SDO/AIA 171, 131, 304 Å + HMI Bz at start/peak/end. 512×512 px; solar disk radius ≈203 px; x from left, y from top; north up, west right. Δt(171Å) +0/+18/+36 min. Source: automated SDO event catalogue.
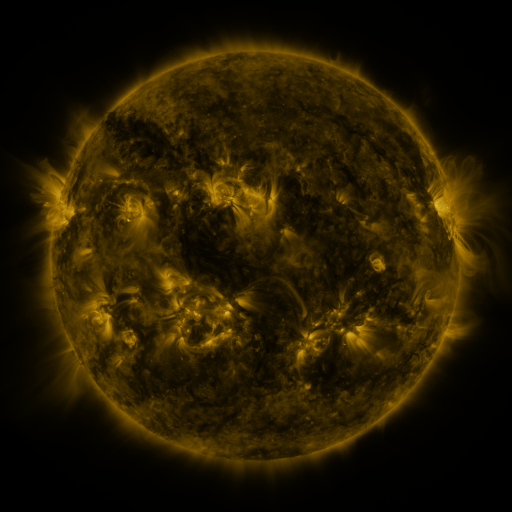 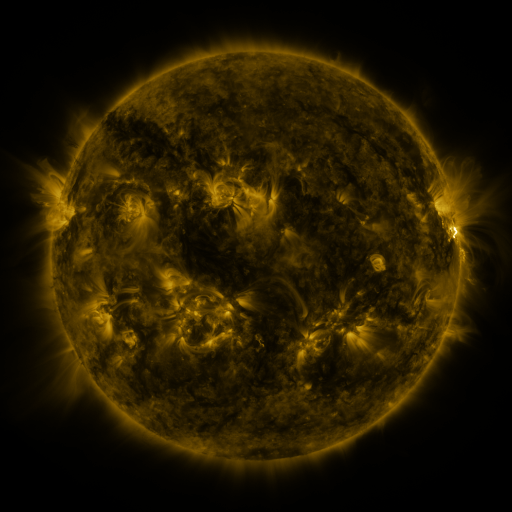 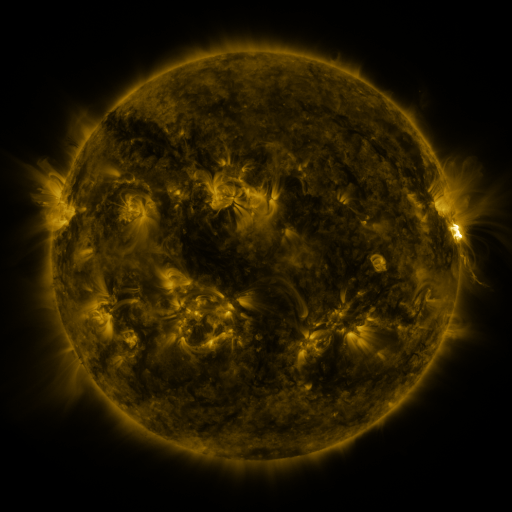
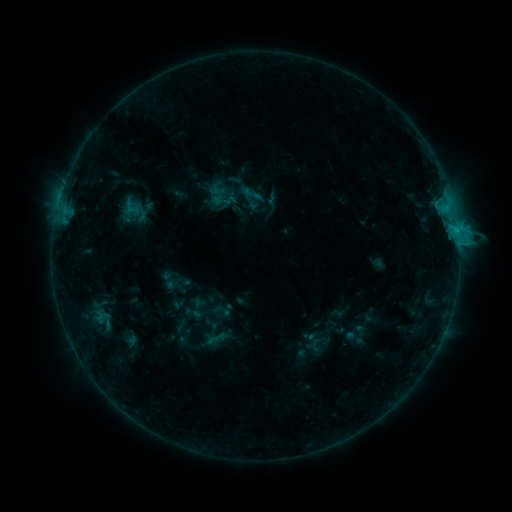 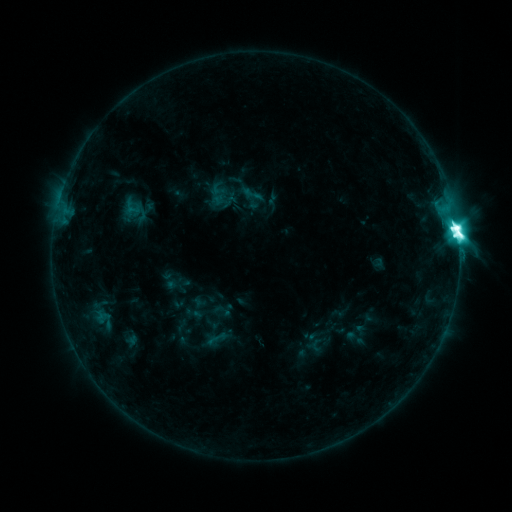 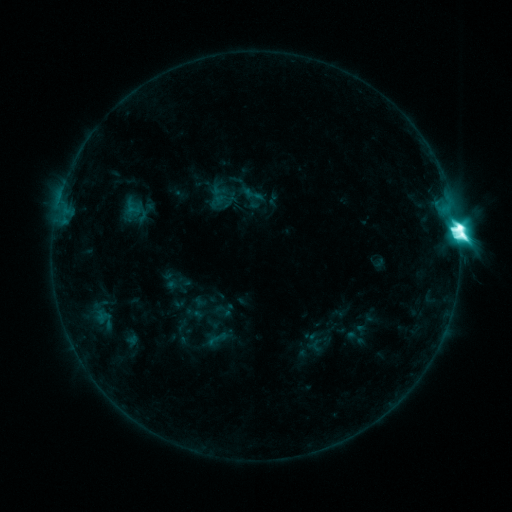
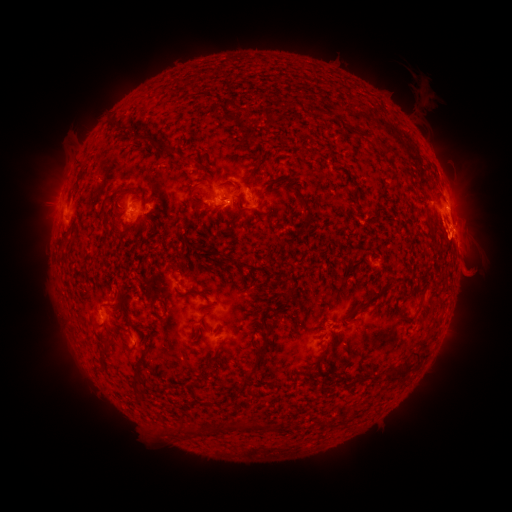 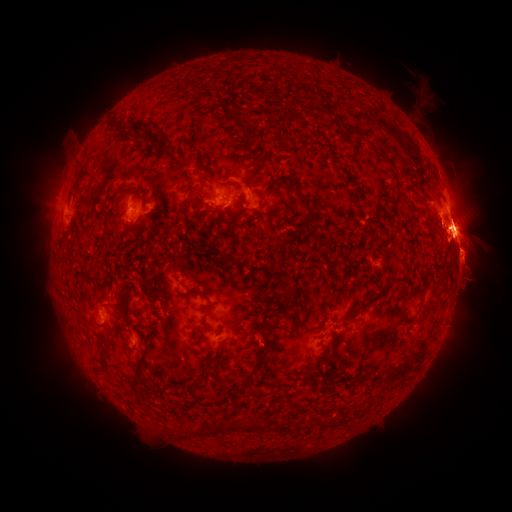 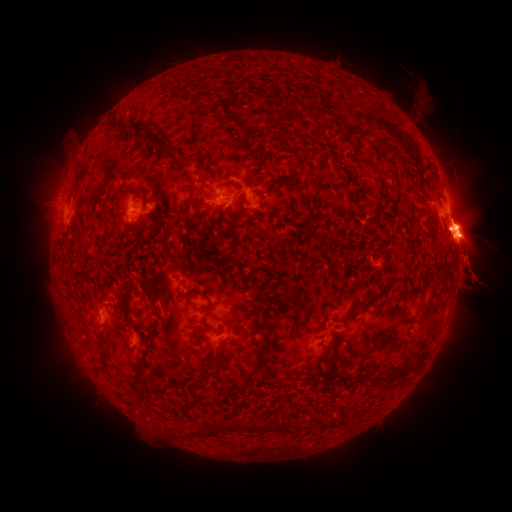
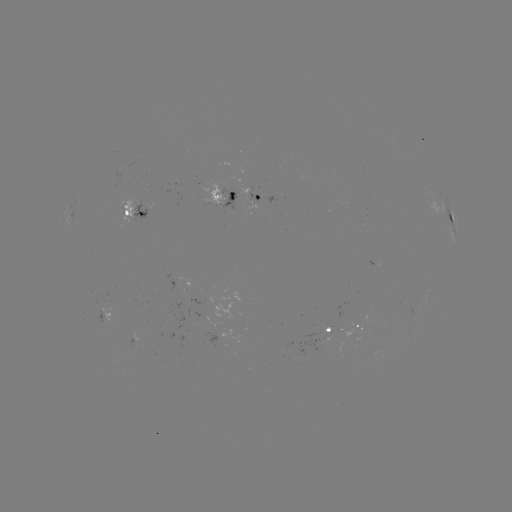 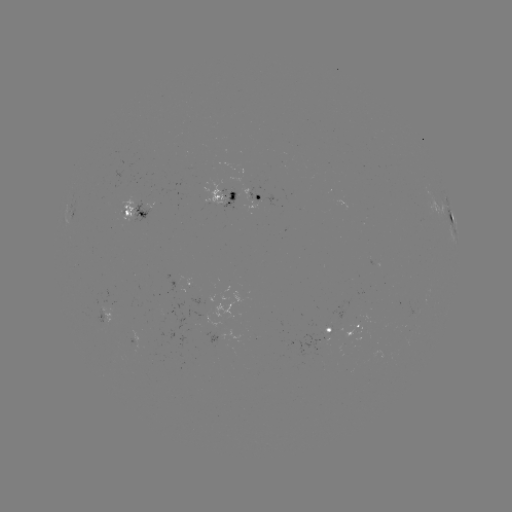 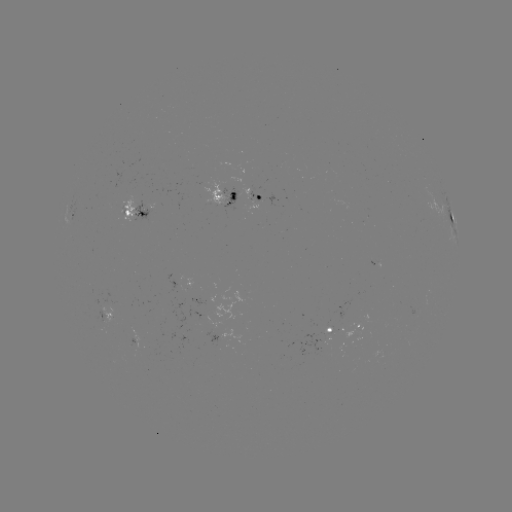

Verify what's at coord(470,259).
eruption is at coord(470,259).